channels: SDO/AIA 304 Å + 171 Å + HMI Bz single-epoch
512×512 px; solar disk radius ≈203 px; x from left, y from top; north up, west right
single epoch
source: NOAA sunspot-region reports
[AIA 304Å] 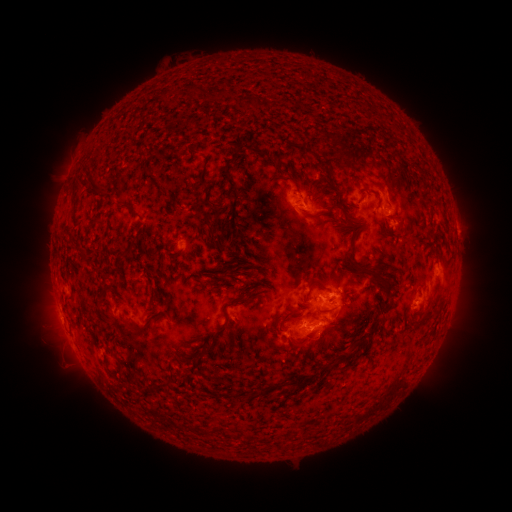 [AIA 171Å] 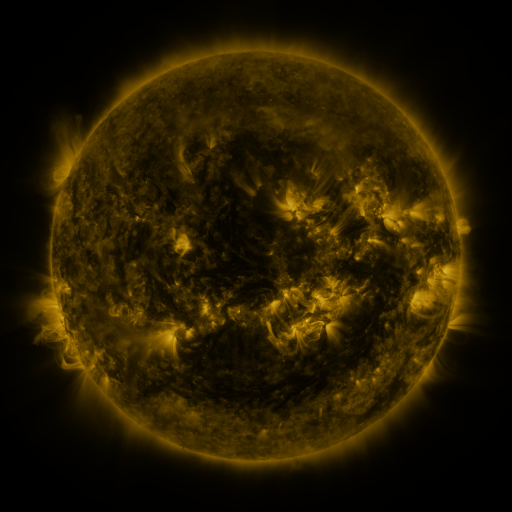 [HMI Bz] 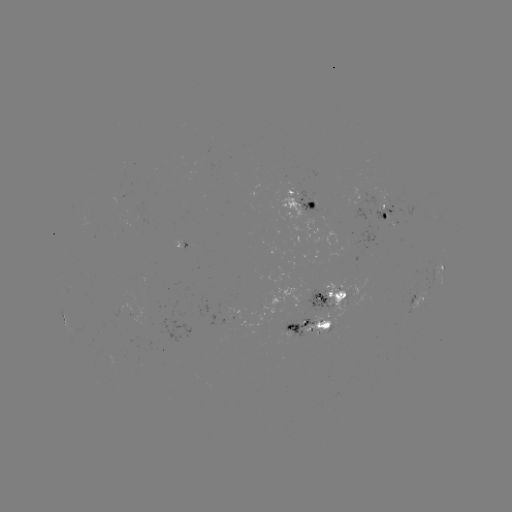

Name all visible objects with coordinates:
spotted active region: (303, 201)
spotted active region: (388, 211)
spotted active region: (182, 246)
spotted active region: (441, 267)
spotted active region: (333, 299)
spotted active region: (421, 299)
spotted active region: (308, 327)
